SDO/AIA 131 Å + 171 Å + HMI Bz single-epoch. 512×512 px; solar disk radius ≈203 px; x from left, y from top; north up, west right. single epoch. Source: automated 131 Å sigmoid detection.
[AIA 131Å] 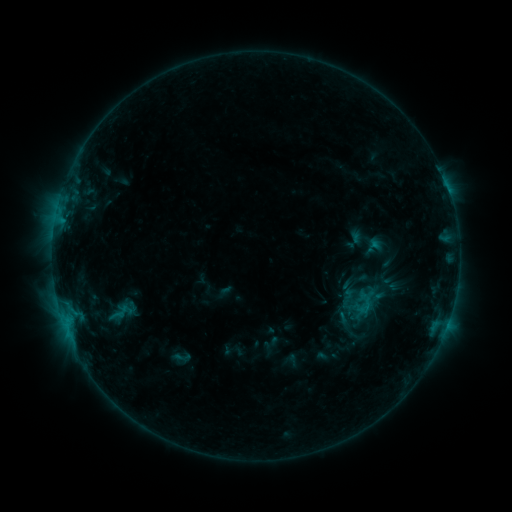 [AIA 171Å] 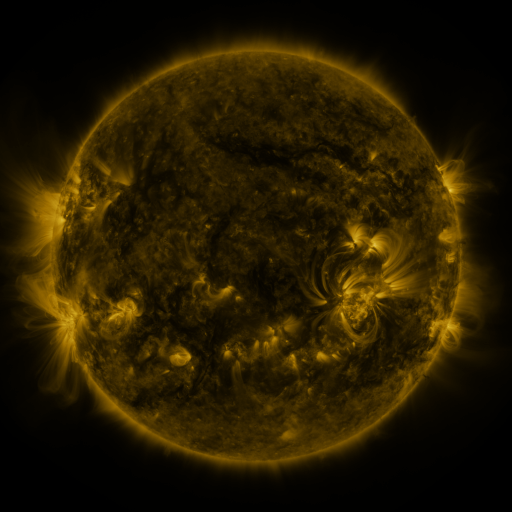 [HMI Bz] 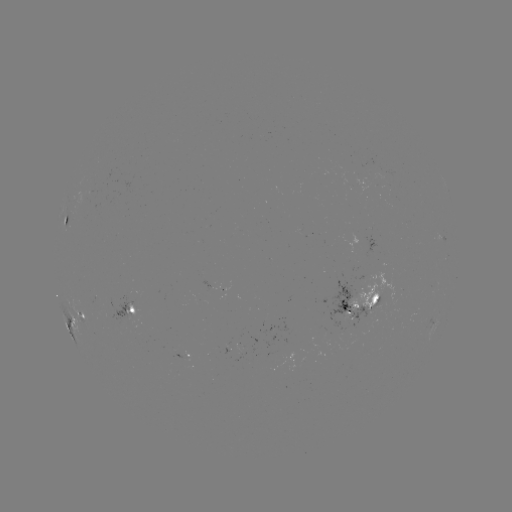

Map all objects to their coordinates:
sigmoid: (182, 357)
